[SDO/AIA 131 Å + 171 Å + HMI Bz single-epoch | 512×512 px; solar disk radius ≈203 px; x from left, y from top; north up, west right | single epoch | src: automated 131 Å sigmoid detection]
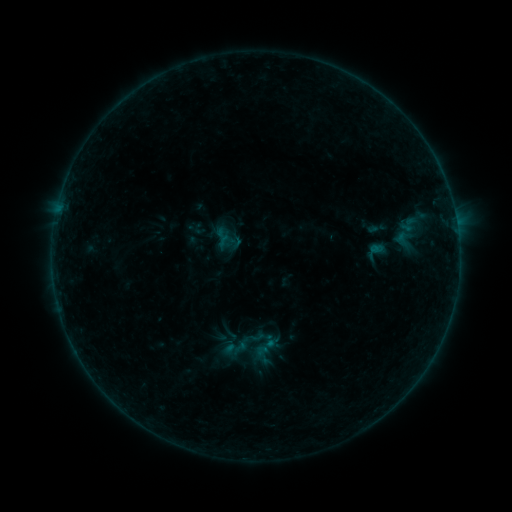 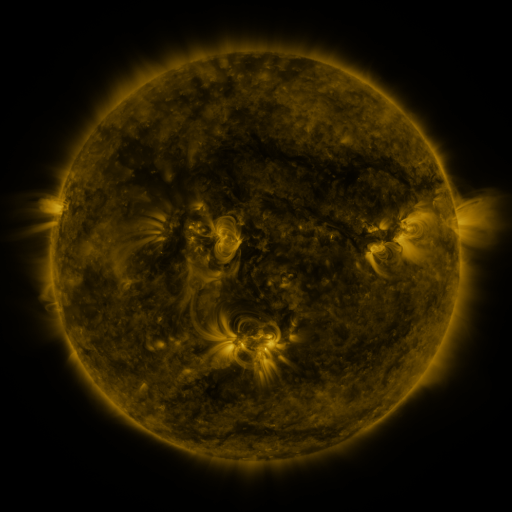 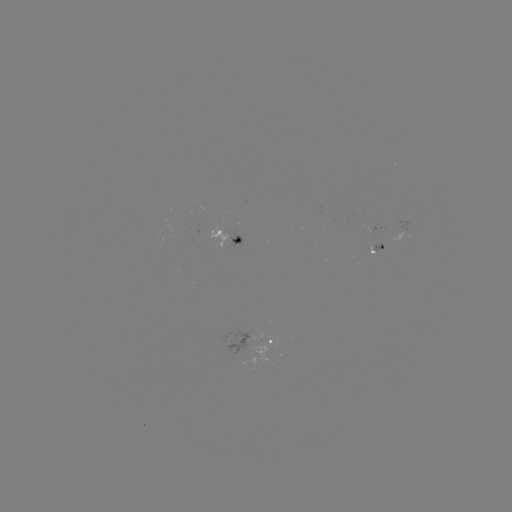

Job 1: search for sigmoid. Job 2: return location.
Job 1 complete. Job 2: (260, 346).